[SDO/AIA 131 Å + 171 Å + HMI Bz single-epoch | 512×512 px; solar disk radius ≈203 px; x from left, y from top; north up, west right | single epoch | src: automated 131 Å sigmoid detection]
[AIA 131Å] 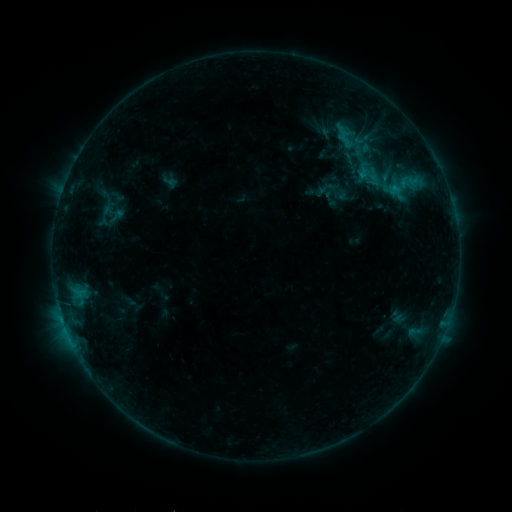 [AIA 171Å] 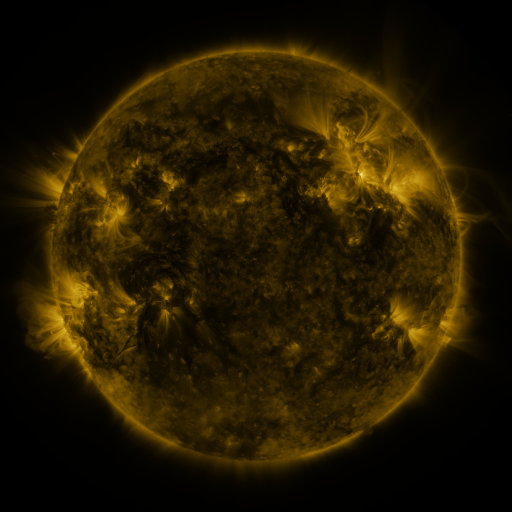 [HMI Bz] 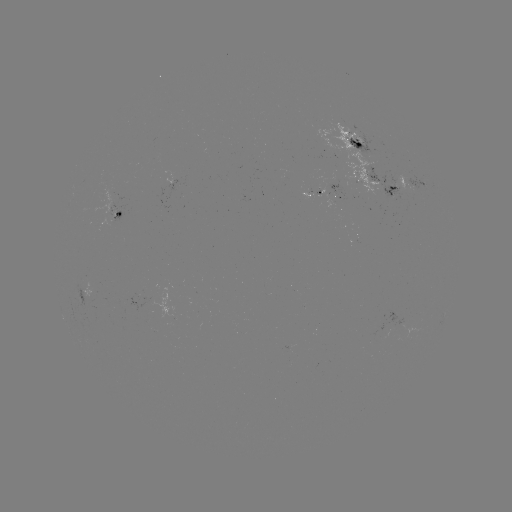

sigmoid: [108, 207, 126, 225]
